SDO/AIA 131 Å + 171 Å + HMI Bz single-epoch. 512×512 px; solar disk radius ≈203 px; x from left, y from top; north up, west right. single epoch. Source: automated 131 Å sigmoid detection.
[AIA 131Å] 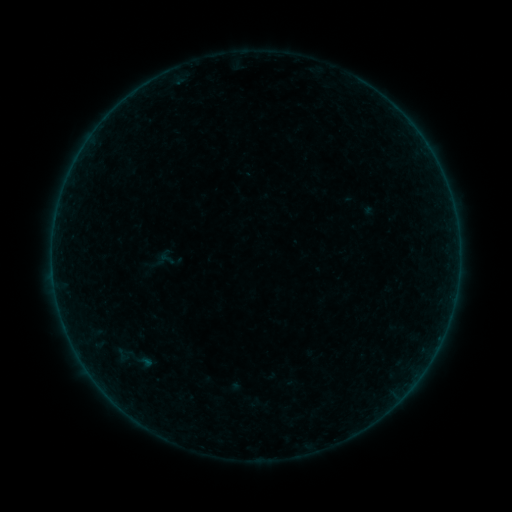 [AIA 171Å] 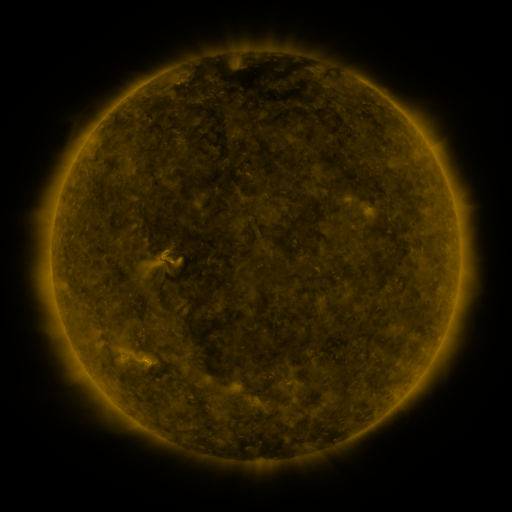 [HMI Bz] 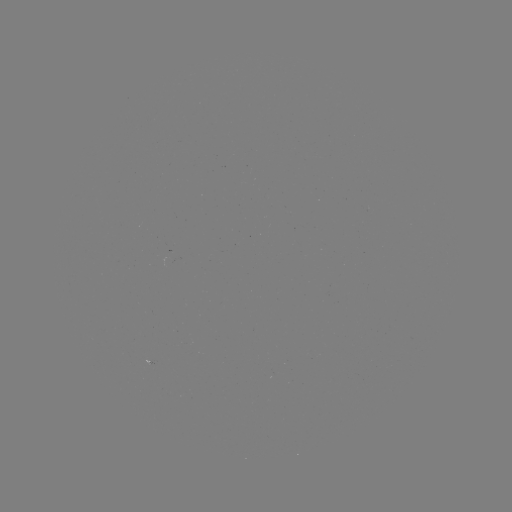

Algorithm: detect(sigmoid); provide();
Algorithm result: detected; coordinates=[126, 360]